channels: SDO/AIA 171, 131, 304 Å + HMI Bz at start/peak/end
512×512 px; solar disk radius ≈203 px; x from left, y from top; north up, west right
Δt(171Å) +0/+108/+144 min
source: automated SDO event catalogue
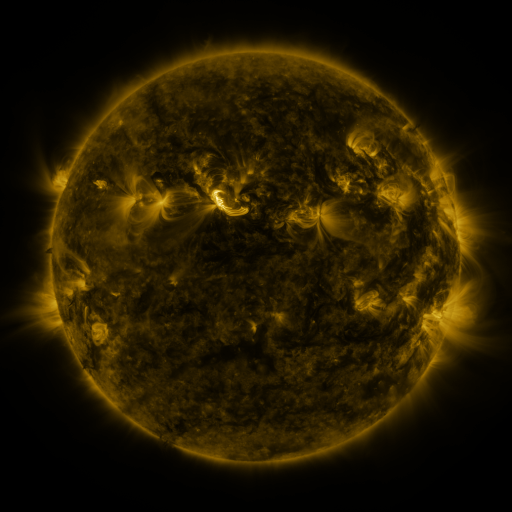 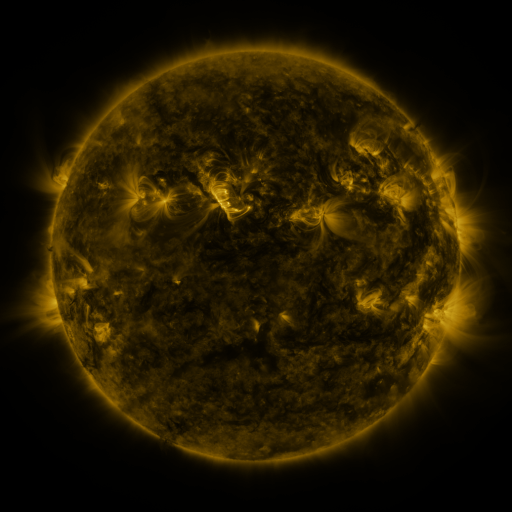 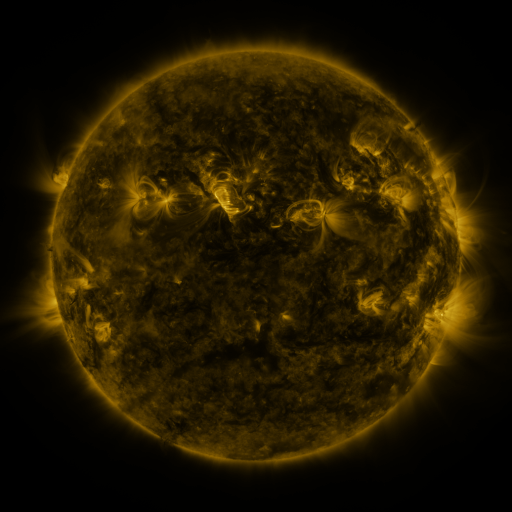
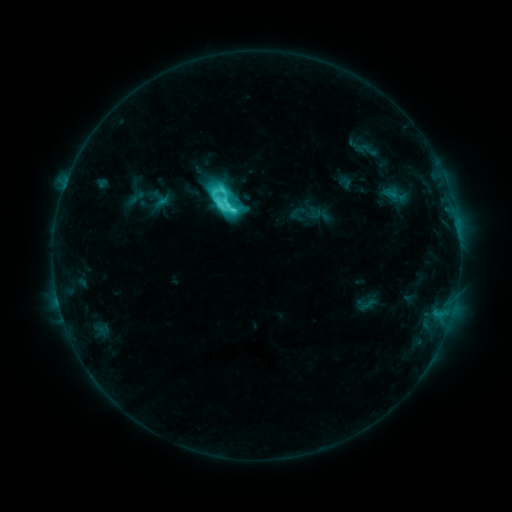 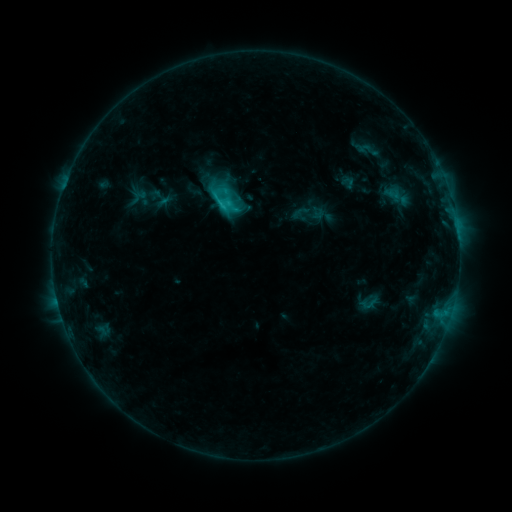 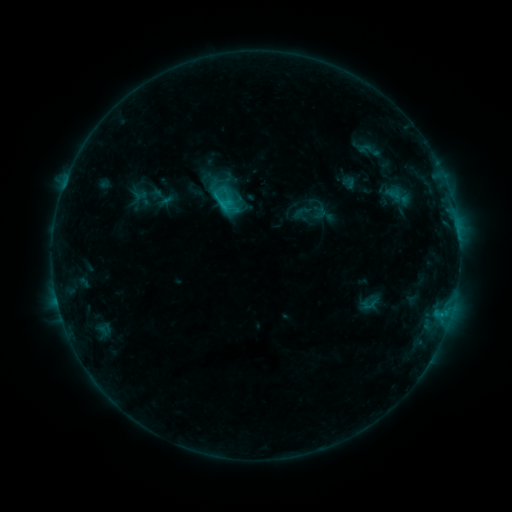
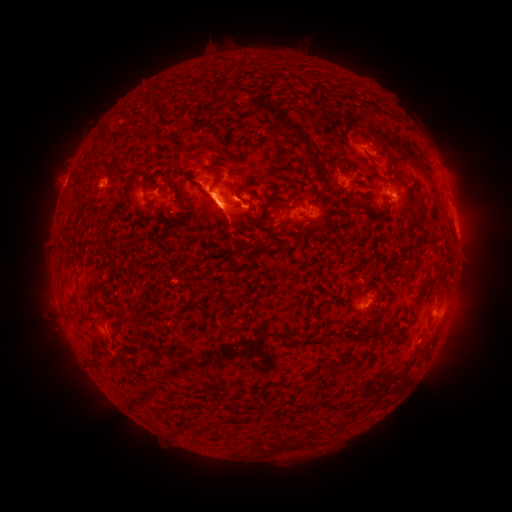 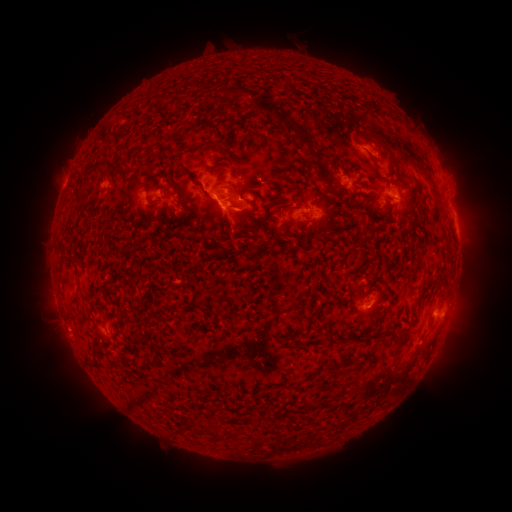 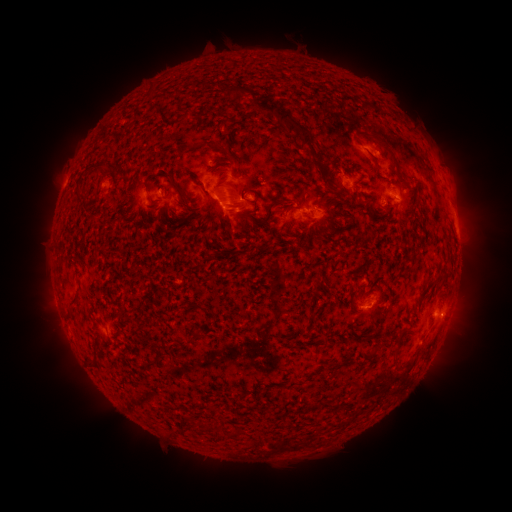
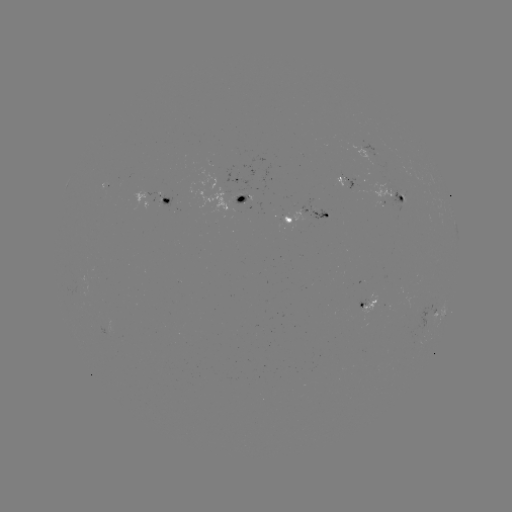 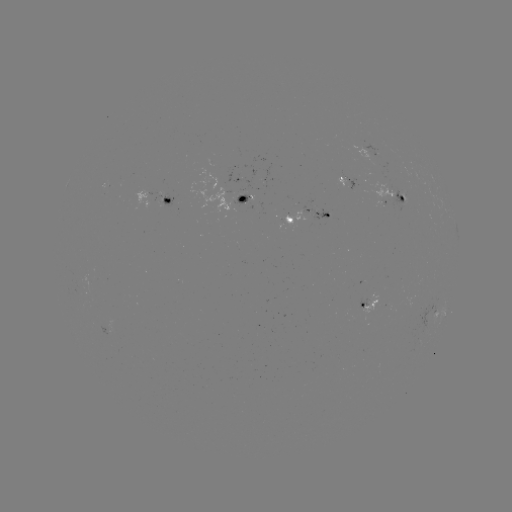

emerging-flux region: [188, 168, 233, 212]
